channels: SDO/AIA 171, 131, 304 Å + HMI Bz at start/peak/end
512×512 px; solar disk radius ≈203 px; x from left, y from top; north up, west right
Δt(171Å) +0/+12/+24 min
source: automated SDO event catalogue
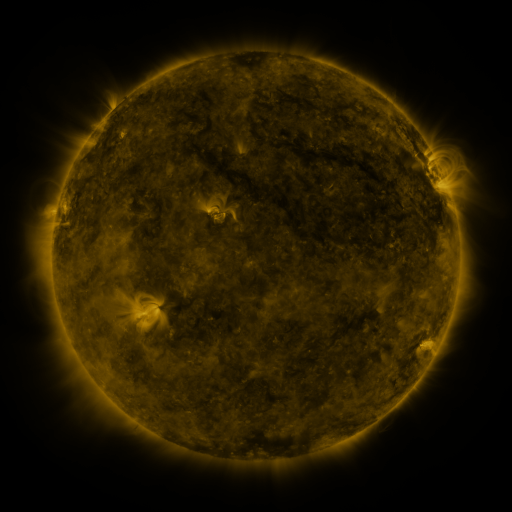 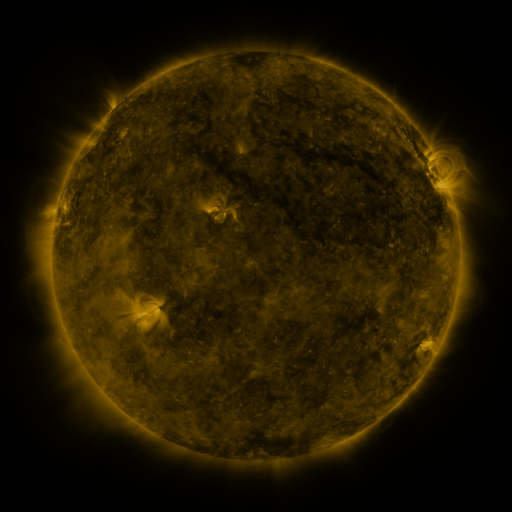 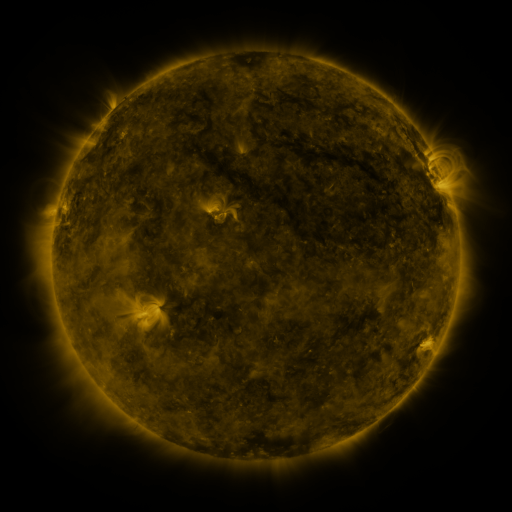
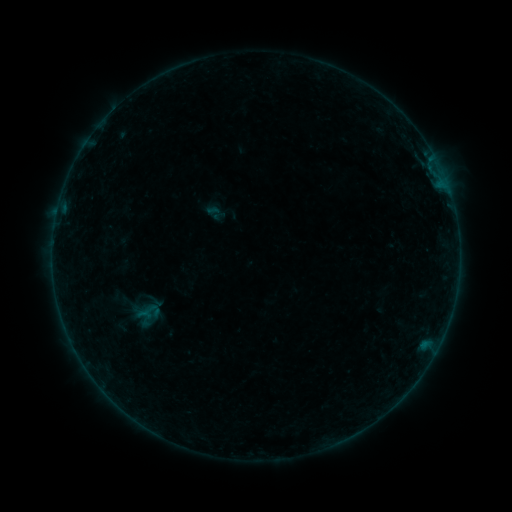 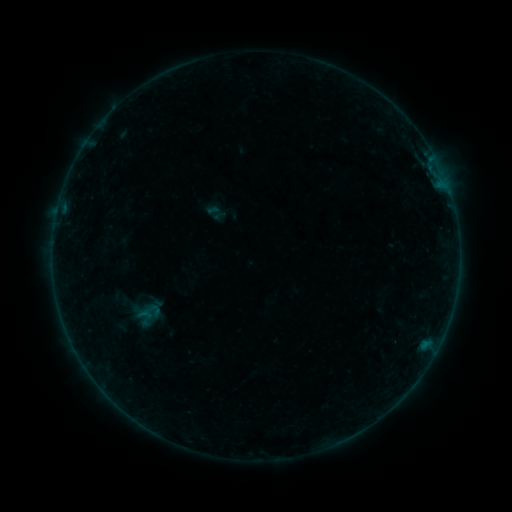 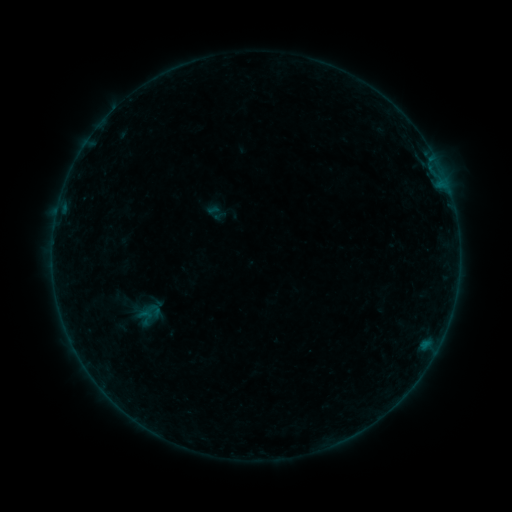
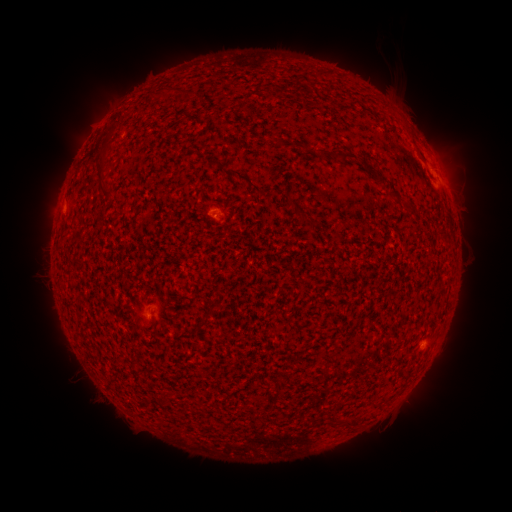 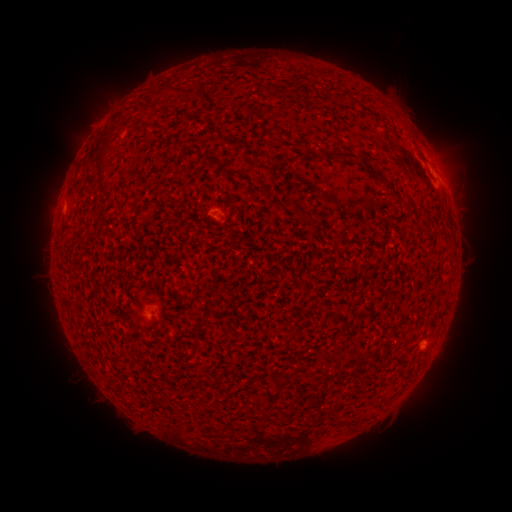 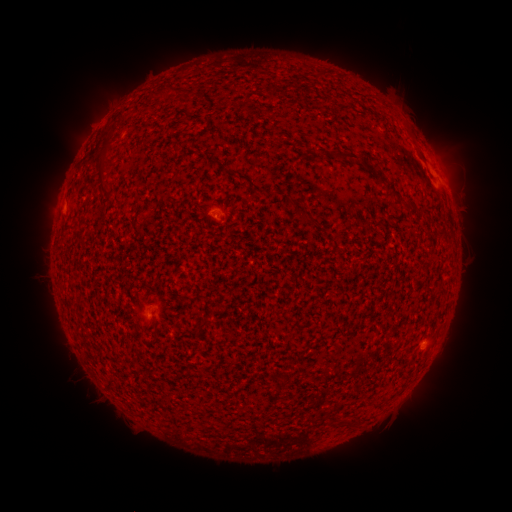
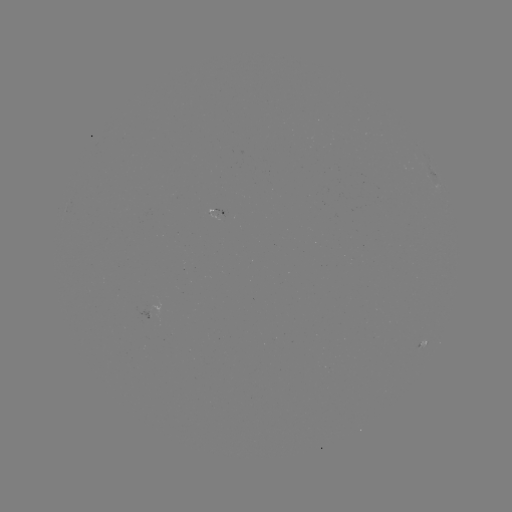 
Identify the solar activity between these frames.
no flare in any classed list; no EUV-trigger detection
